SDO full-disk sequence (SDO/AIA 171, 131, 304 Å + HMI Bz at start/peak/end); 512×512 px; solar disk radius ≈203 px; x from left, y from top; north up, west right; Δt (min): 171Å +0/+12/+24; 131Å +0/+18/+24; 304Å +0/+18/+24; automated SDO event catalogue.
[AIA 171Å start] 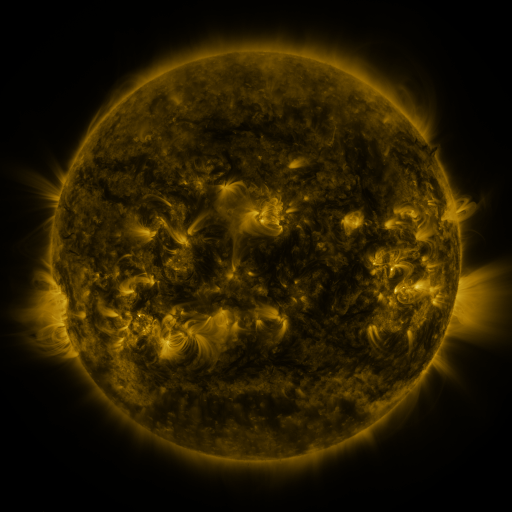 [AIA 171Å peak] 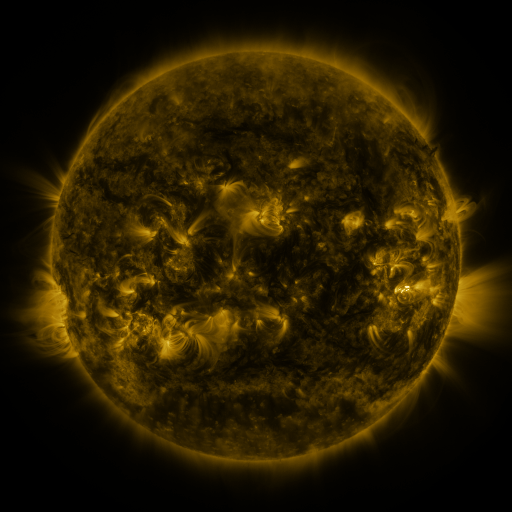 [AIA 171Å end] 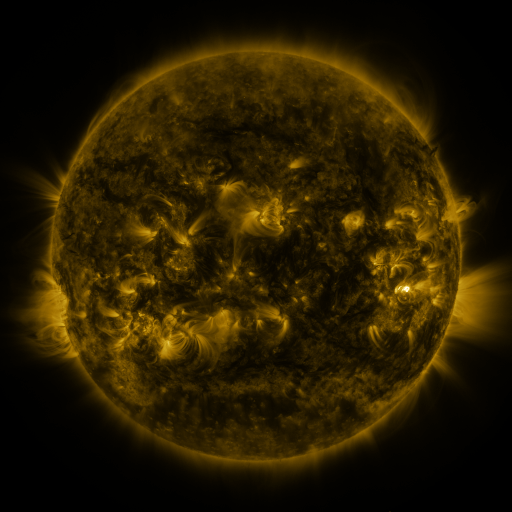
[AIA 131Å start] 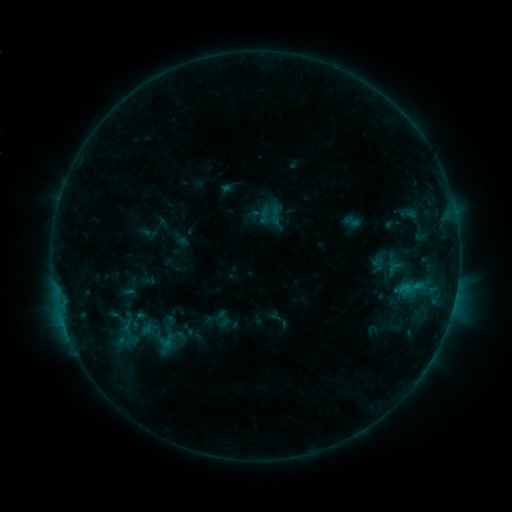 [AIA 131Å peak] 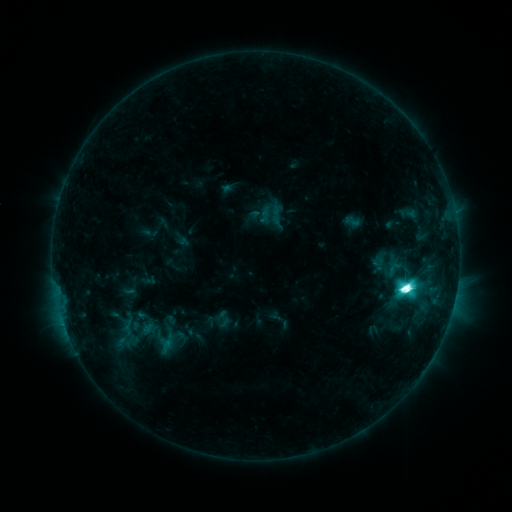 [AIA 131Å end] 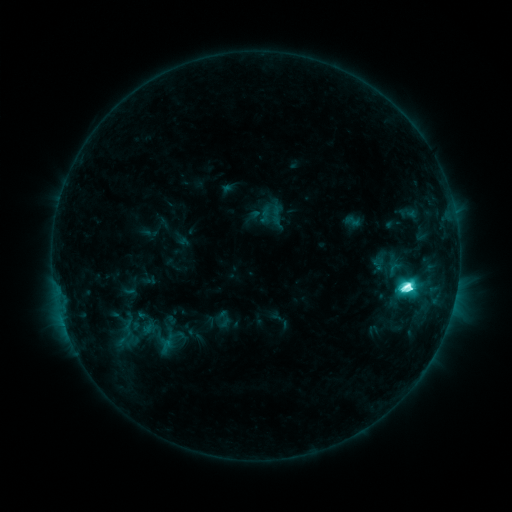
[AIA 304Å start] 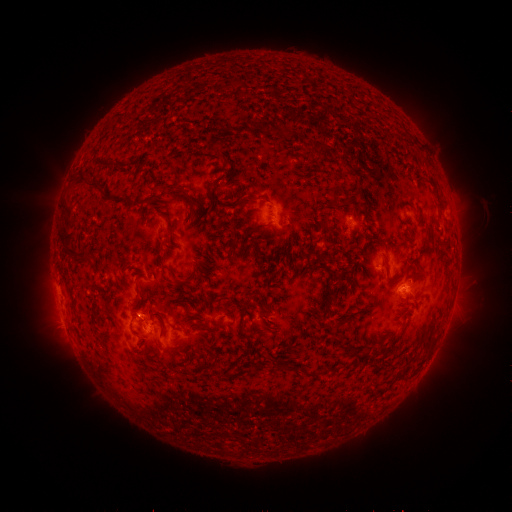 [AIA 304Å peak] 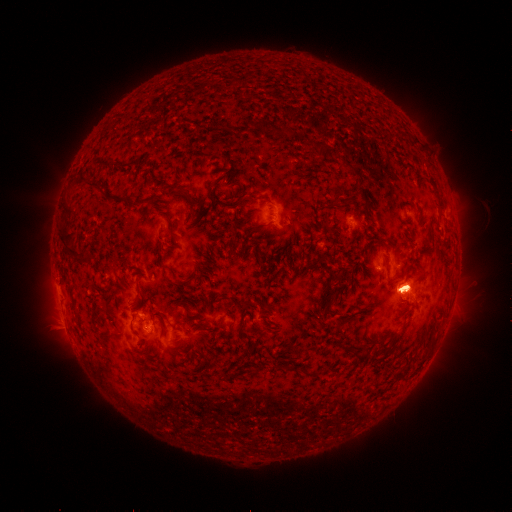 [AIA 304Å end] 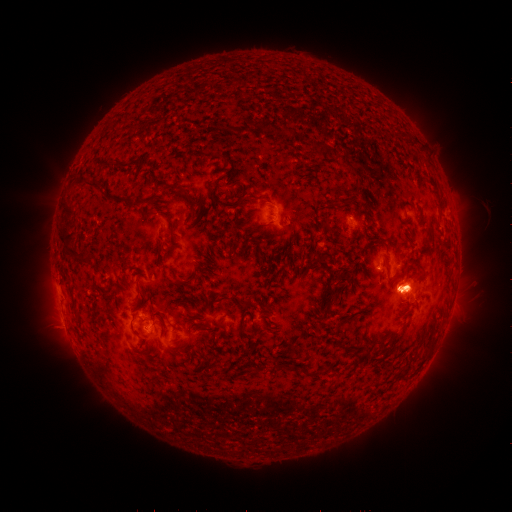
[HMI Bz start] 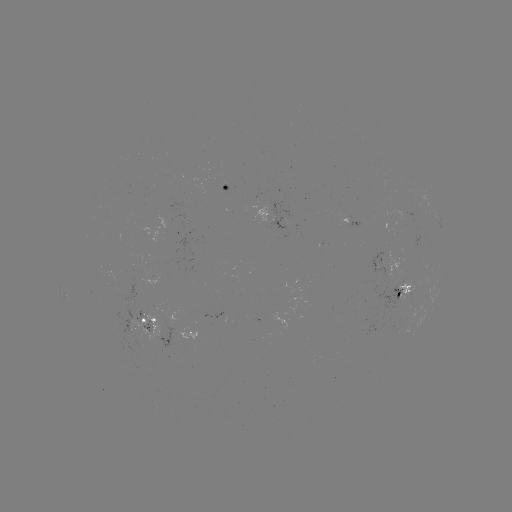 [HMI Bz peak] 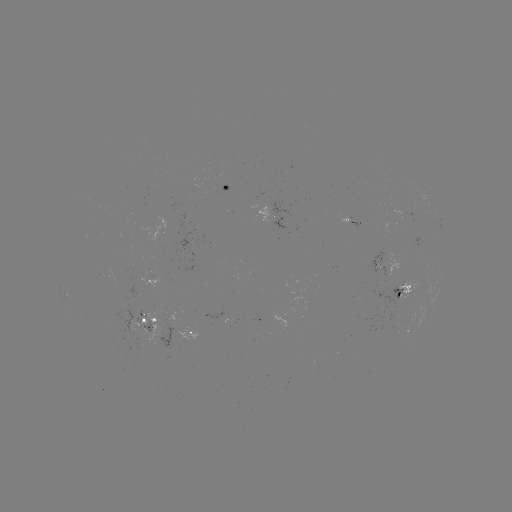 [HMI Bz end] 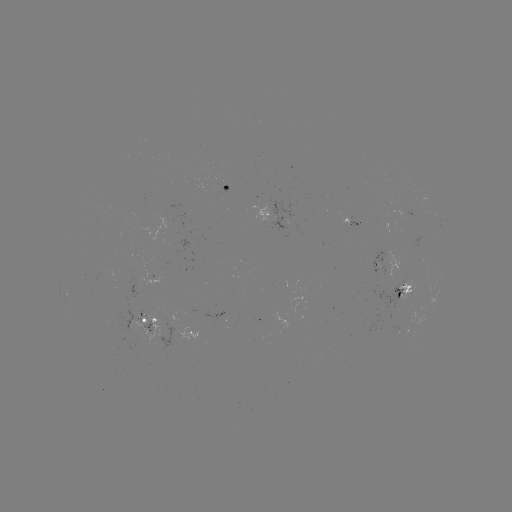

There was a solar flare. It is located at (405, 285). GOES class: M2.2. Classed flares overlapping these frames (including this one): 2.